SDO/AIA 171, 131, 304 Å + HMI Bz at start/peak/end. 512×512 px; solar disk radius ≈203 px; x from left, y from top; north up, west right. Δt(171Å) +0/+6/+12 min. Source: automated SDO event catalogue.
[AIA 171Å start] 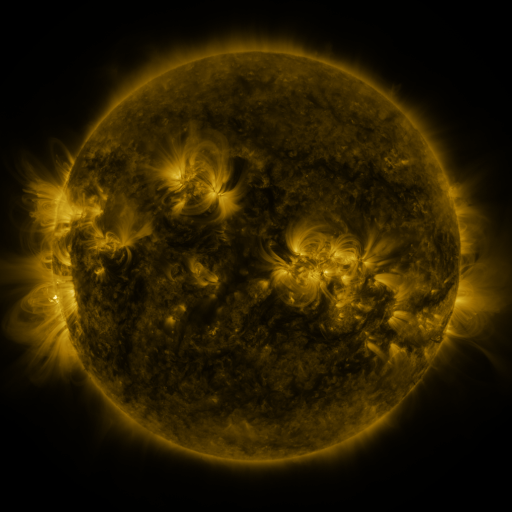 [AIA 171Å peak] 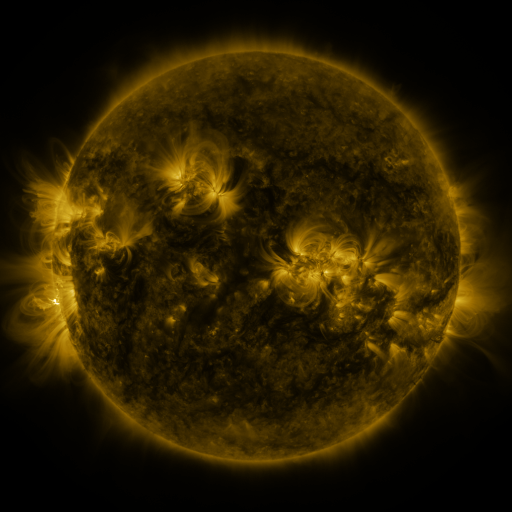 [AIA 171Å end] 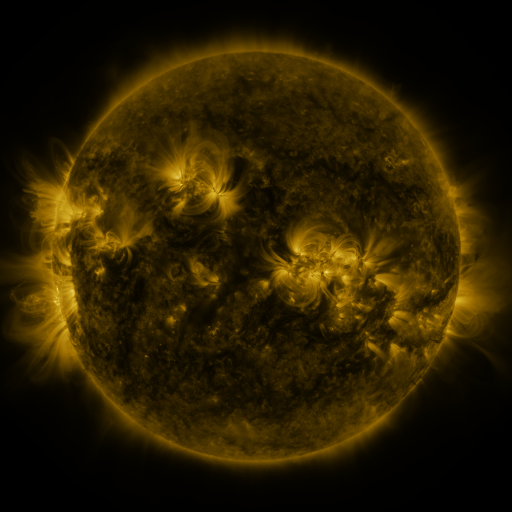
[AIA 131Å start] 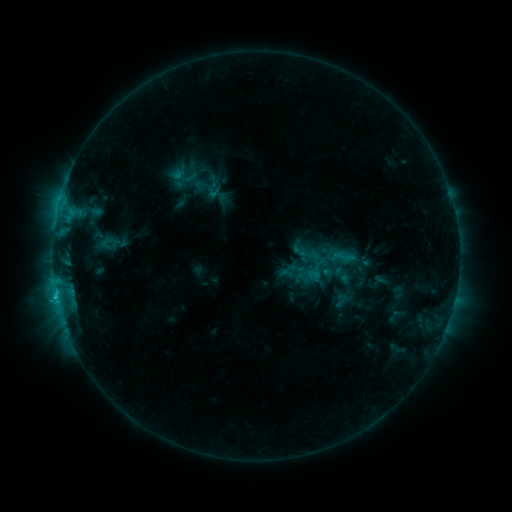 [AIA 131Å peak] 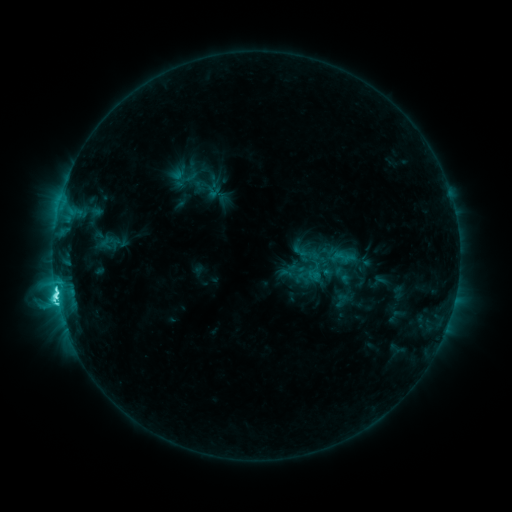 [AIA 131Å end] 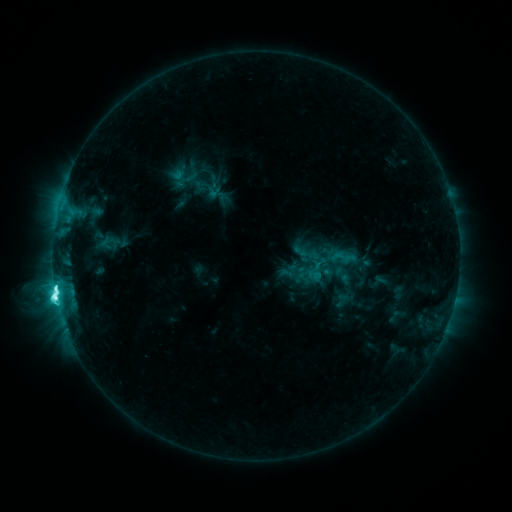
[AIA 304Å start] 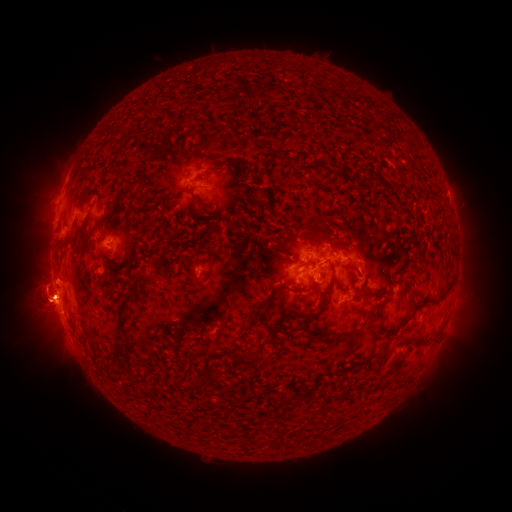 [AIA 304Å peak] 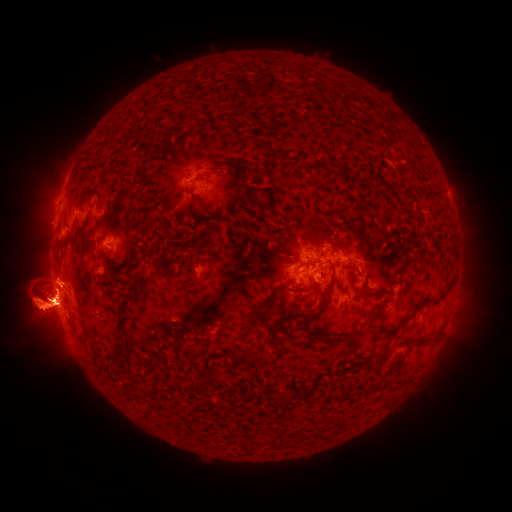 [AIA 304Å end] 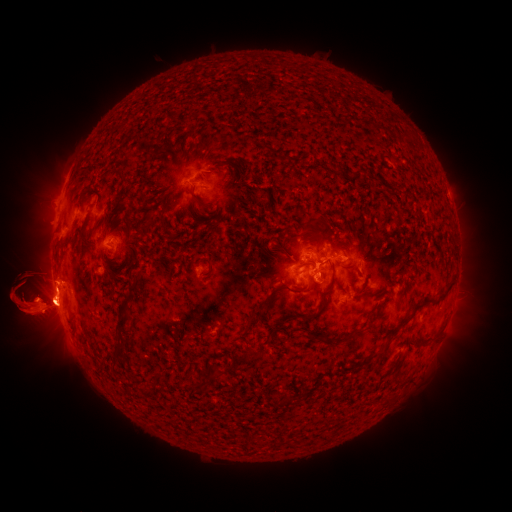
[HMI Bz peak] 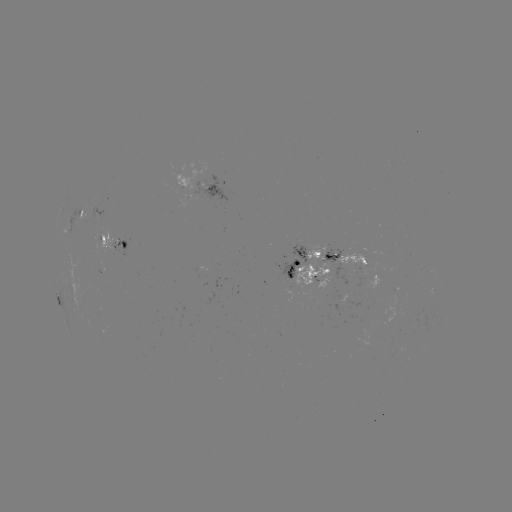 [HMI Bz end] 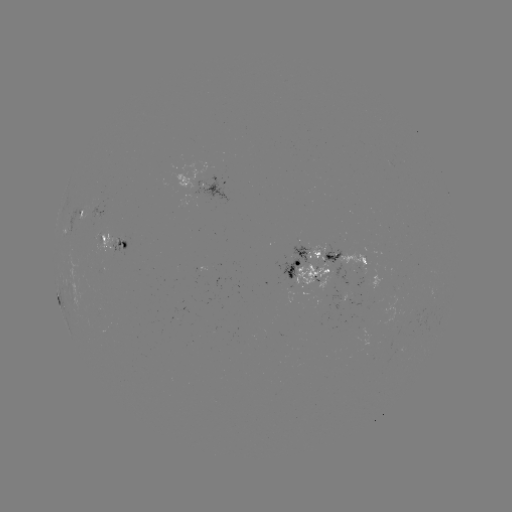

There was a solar eruption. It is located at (432, 301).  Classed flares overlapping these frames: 1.